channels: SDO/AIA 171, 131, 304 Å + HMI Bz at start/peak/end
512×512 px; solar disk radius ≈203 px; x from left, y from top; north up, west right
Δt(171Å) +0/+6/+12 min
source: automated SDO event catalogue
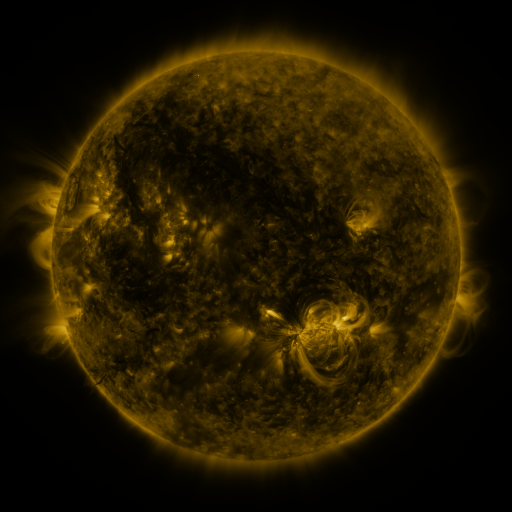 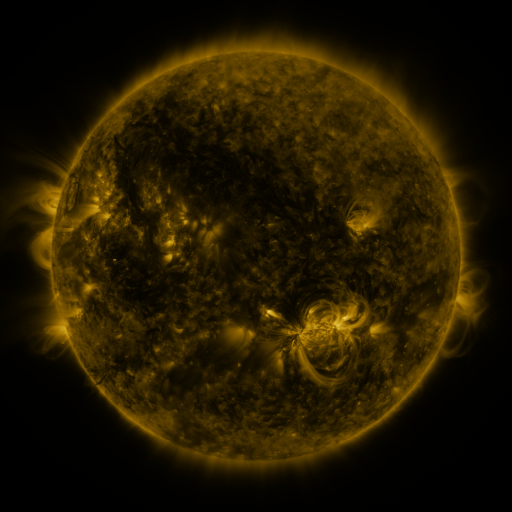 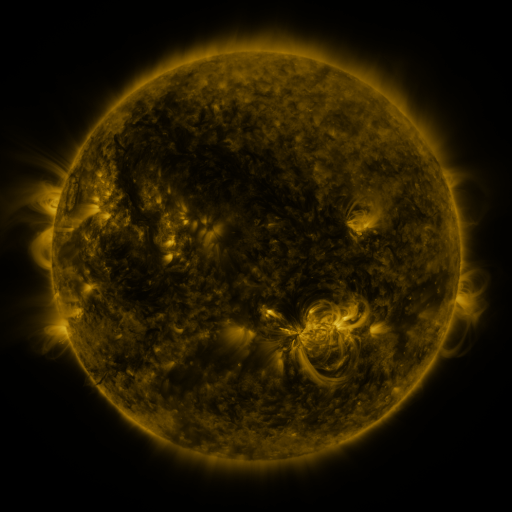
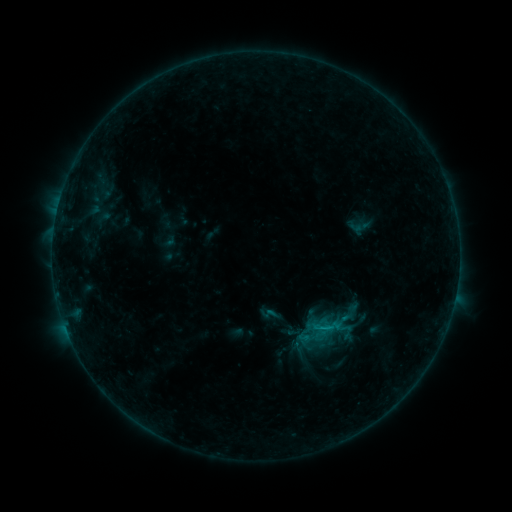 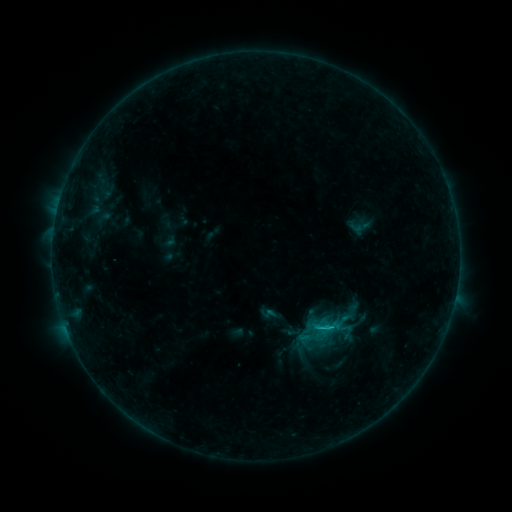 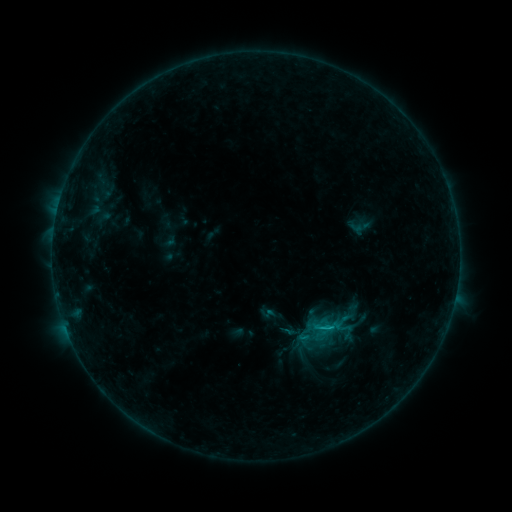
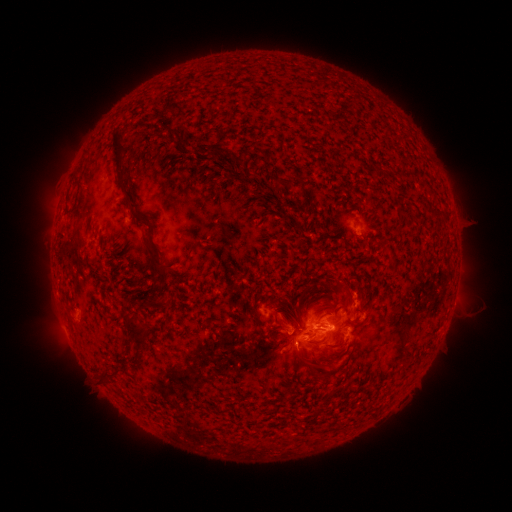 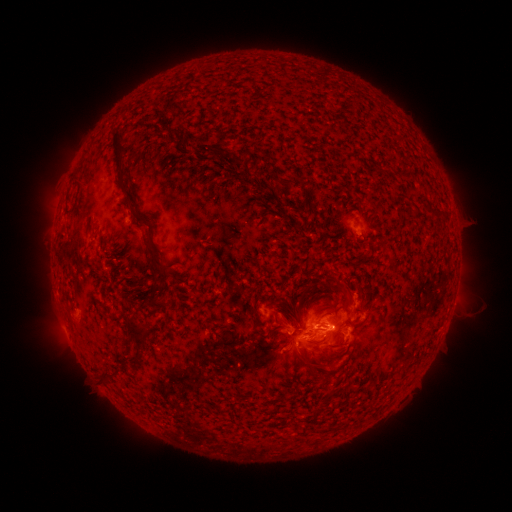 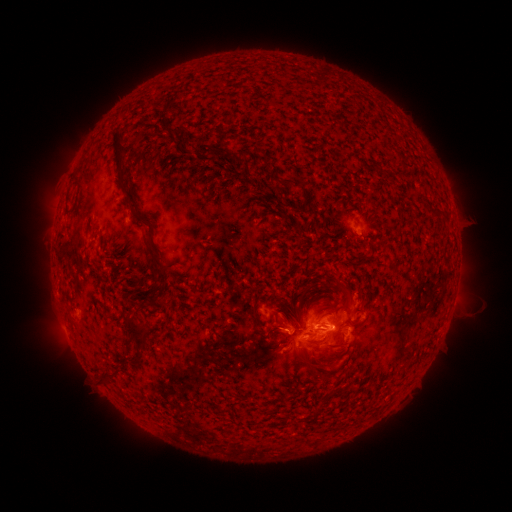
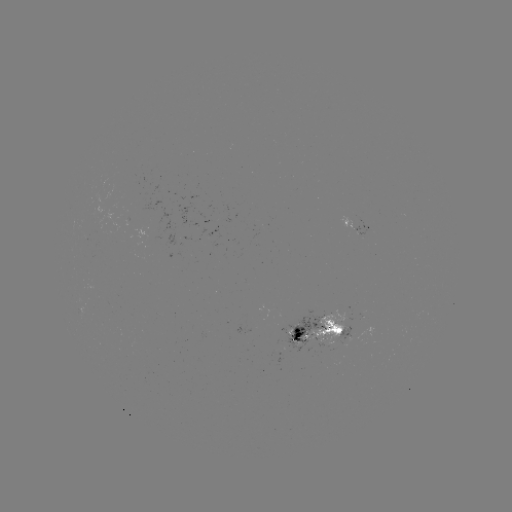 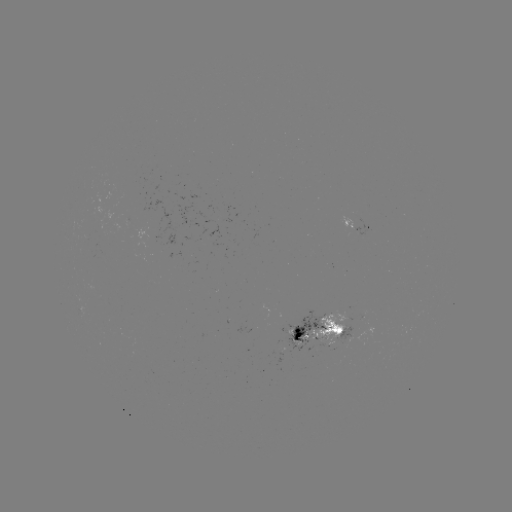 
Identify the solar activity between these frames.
C1.1 flare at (320, 327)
